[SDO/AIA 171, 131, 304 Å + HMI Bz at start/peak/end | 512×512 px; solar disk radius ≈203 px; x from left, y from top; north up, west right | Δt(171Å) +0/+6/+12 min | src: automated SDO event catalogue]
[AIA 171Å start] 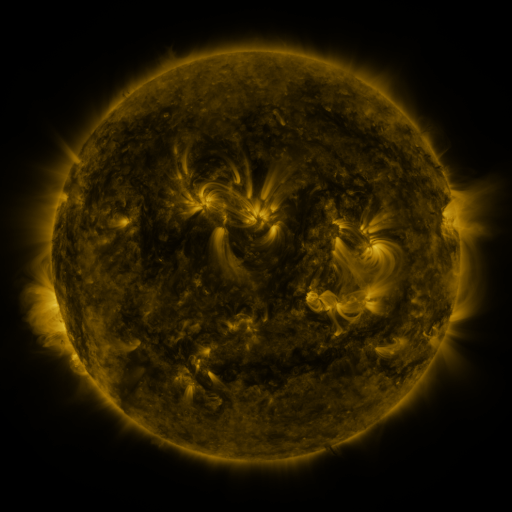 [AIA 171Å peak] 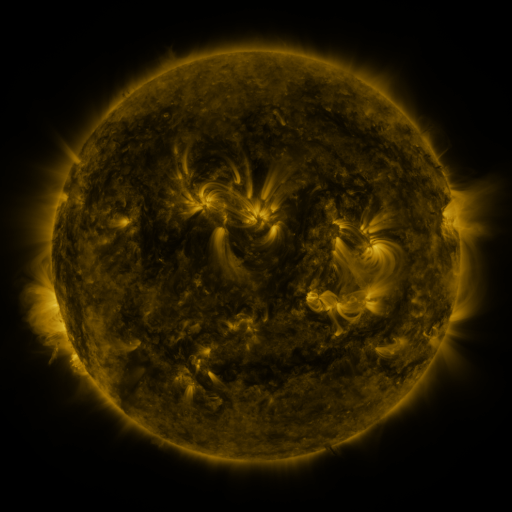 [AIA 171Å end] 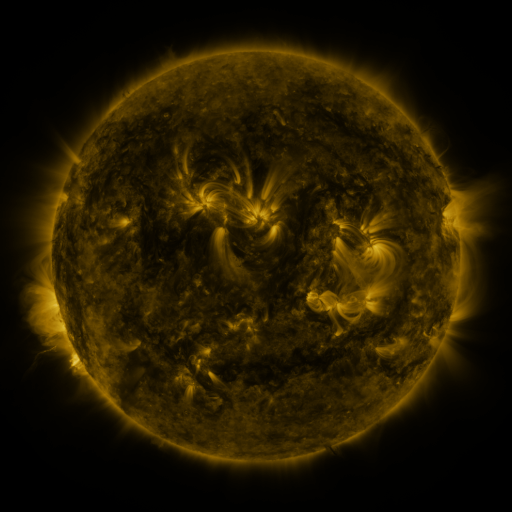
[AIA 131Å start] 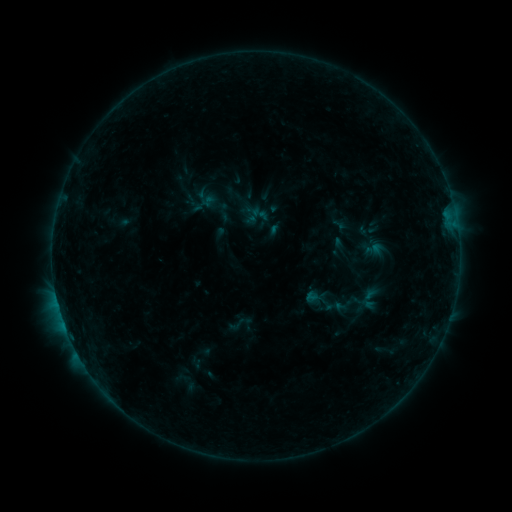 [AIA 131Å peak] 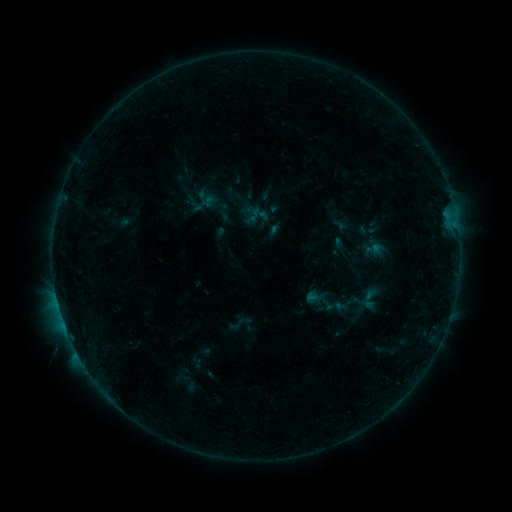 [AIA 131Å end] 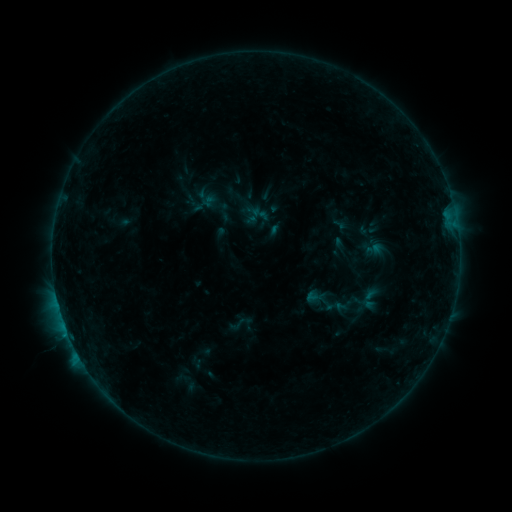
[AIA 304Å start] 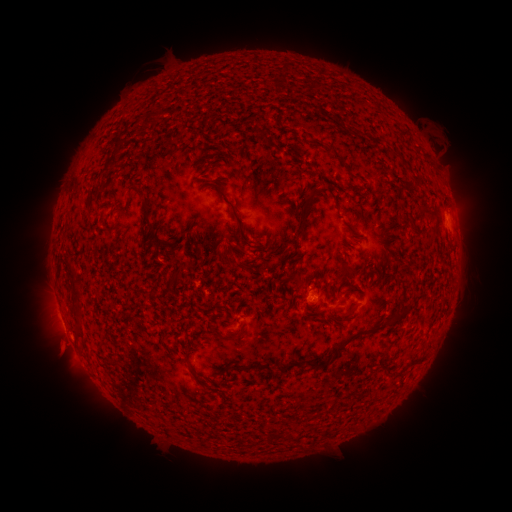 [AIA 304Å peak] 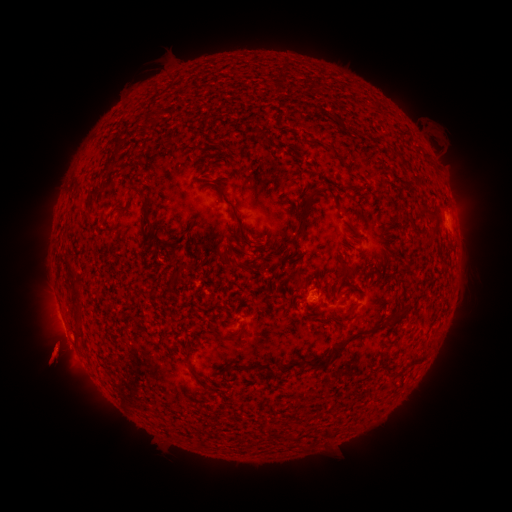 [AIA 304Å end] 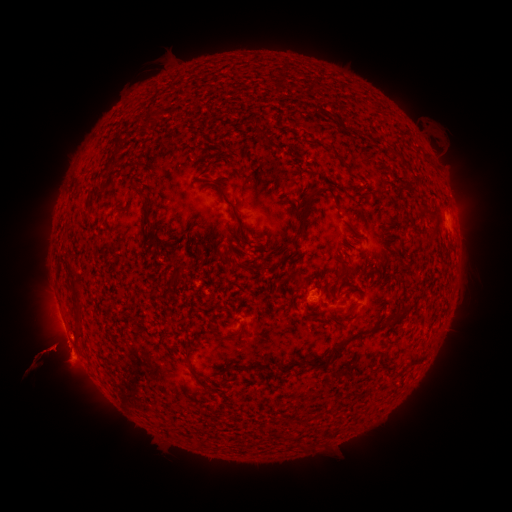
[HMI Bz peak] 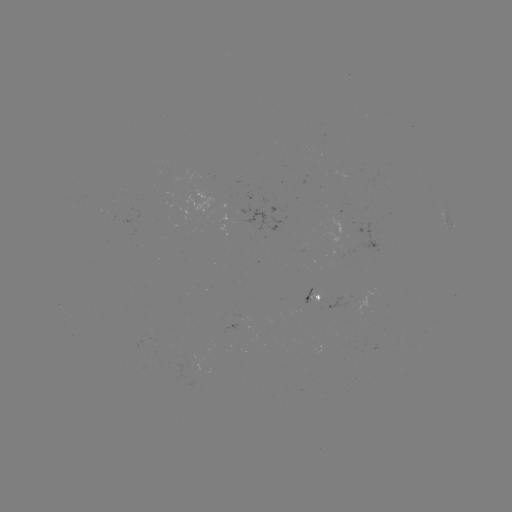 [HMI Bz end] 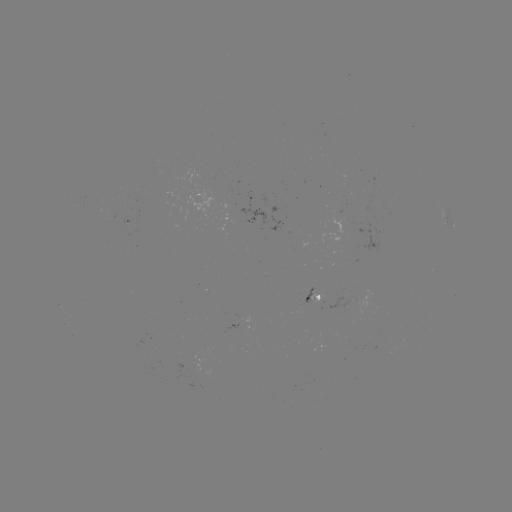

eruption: [8, 319, 113, 393]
